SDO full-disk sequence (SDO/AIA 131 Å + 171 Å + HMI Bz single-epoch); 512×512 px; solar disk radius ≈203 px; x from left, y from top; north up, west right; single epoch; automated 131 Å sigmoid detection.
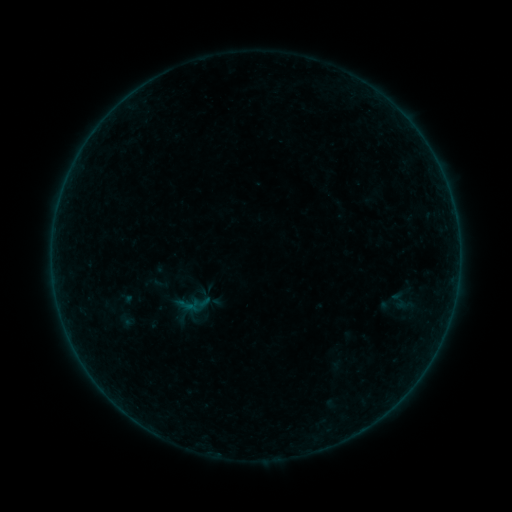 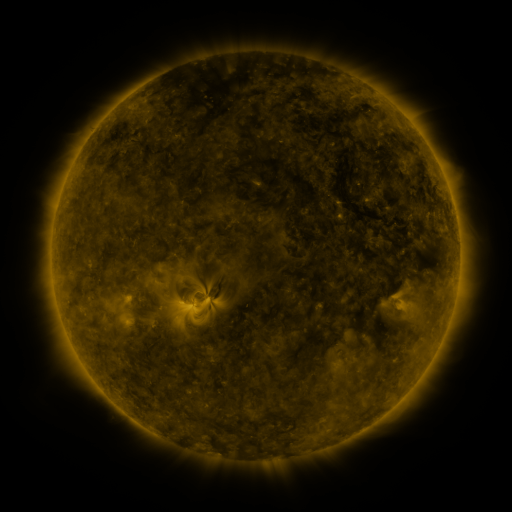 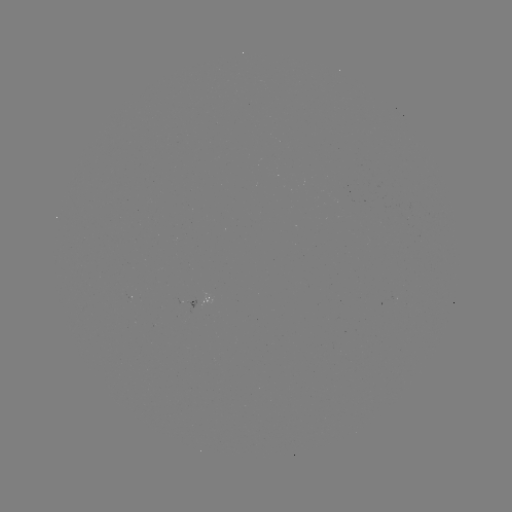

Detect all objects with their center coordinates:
sigmoid: (387, 287, 415, 316)
